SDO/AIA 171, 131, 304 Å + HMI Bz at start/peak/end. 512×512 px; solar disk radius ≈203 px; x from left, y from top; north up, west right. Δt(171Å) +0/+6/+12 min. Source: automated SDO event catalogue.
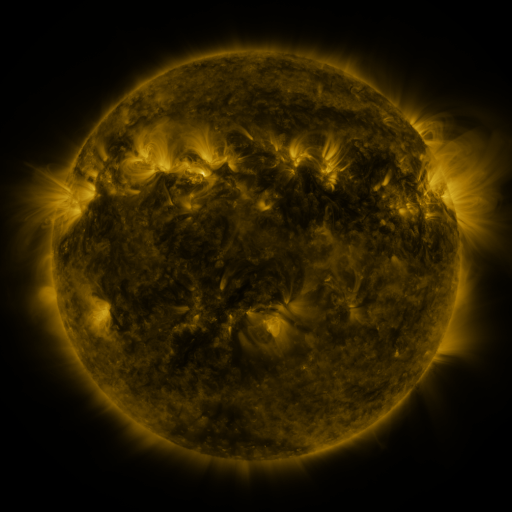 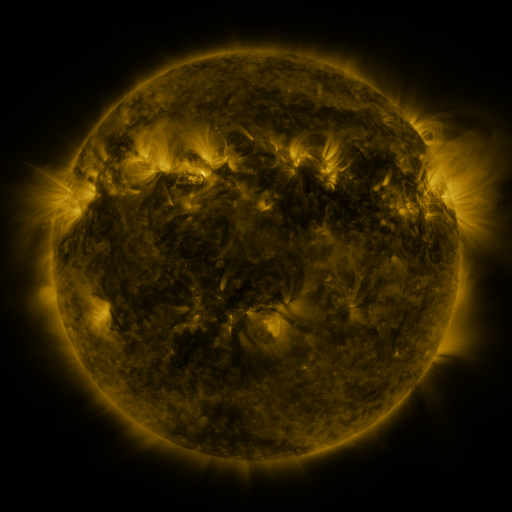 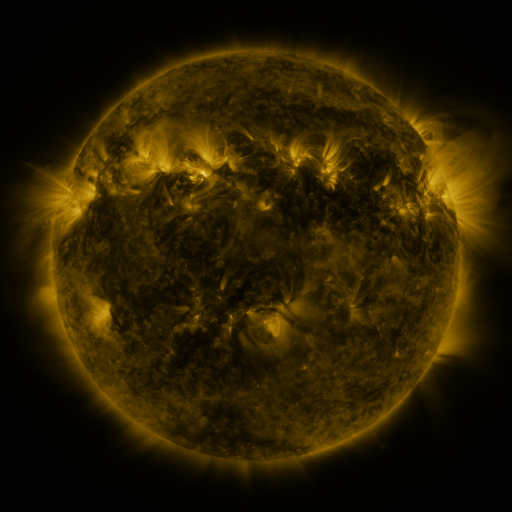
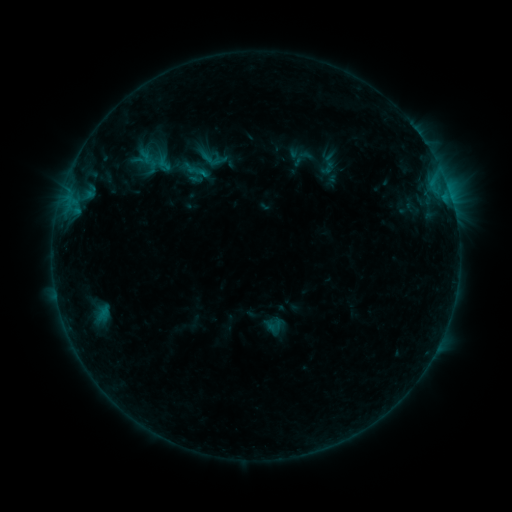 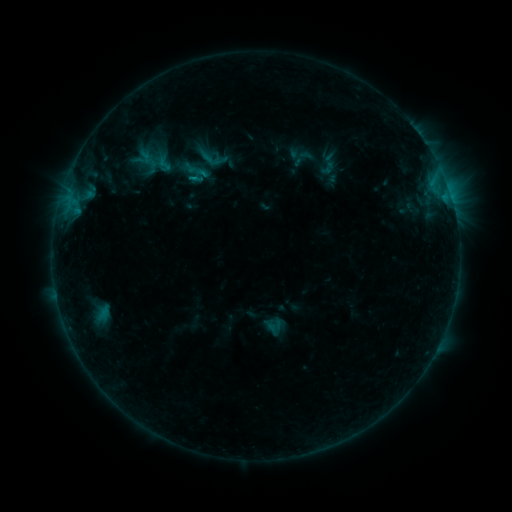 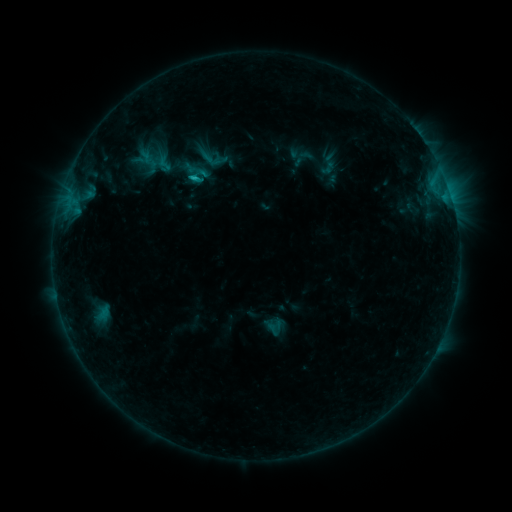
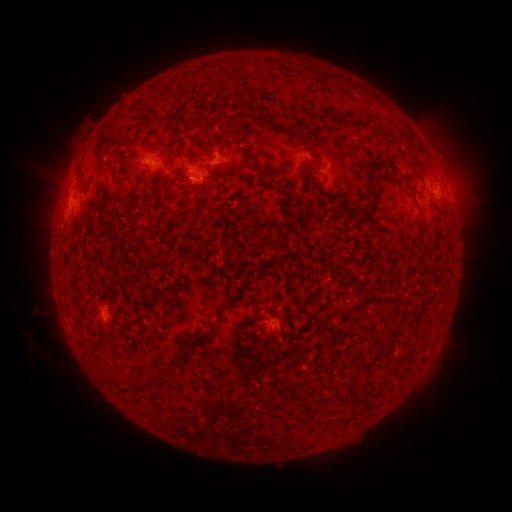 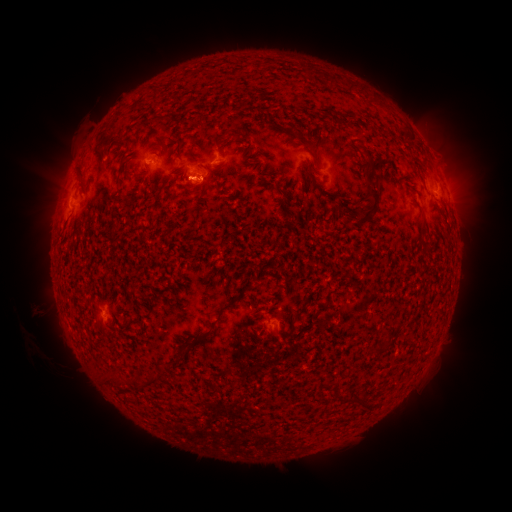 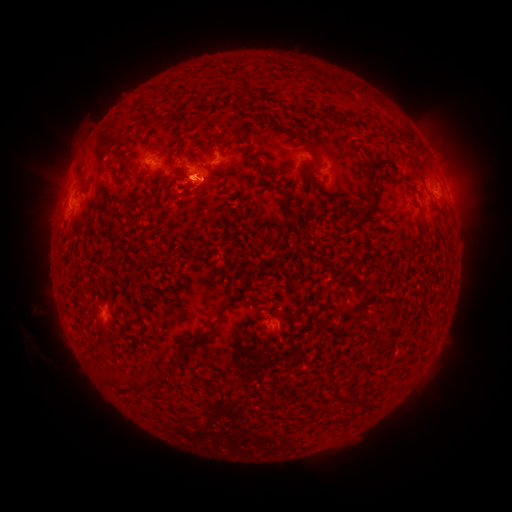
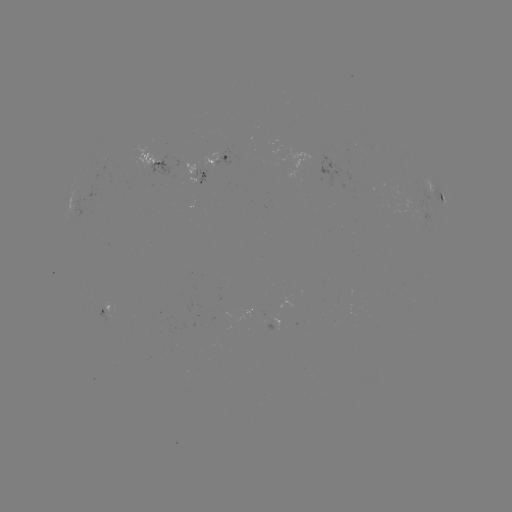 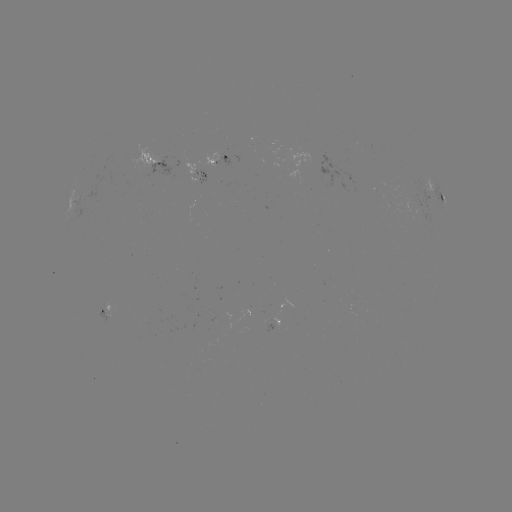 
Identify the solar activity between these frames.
B8.0 flare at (195, 180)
